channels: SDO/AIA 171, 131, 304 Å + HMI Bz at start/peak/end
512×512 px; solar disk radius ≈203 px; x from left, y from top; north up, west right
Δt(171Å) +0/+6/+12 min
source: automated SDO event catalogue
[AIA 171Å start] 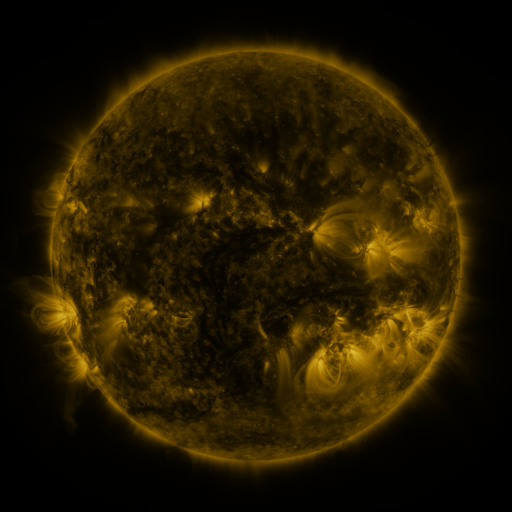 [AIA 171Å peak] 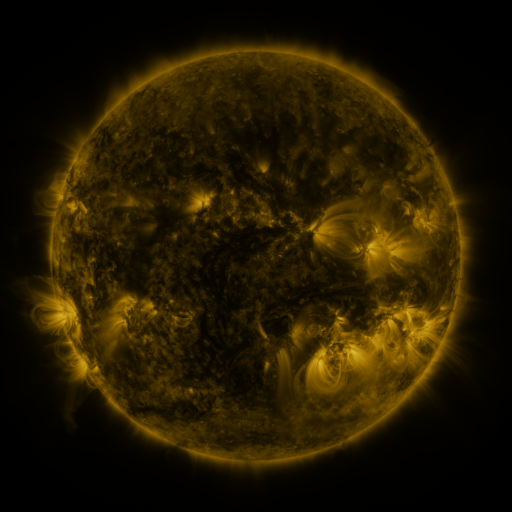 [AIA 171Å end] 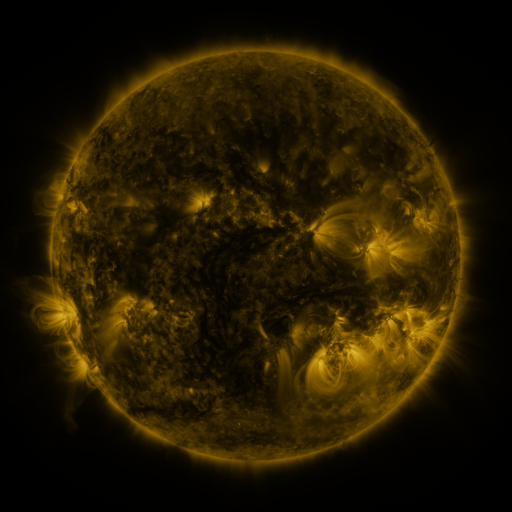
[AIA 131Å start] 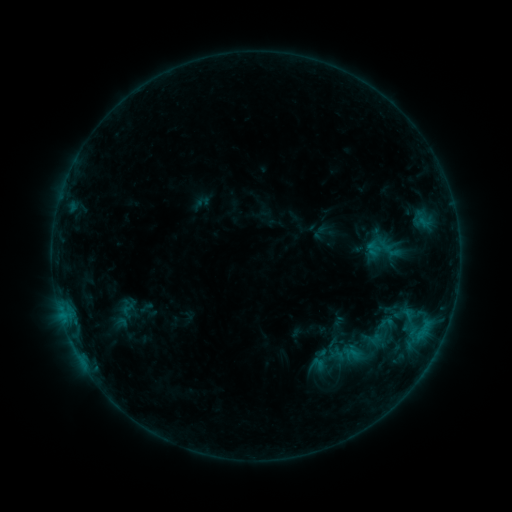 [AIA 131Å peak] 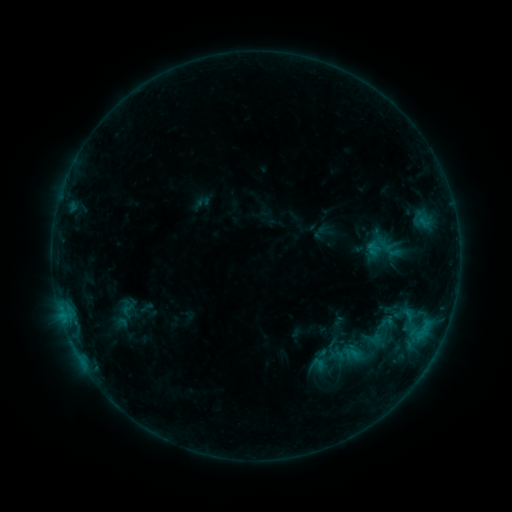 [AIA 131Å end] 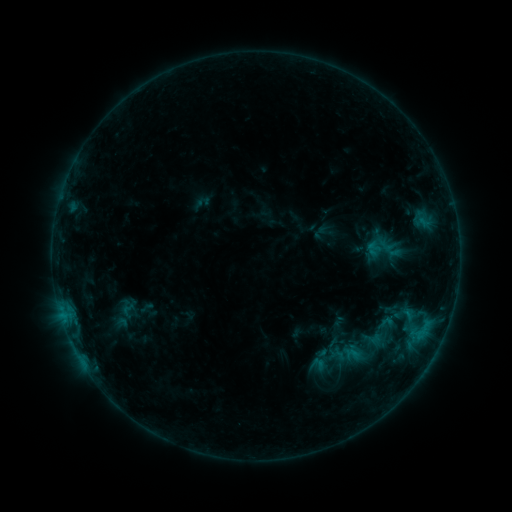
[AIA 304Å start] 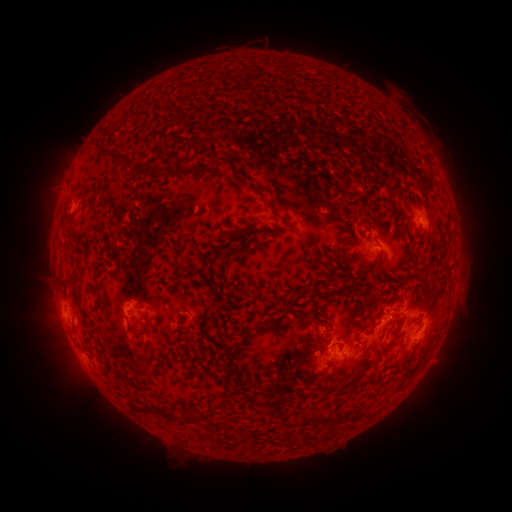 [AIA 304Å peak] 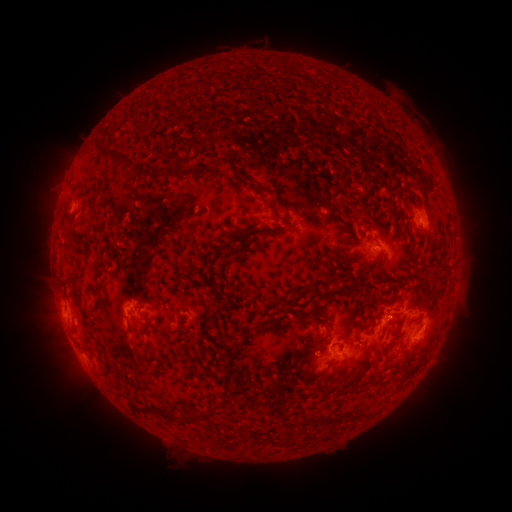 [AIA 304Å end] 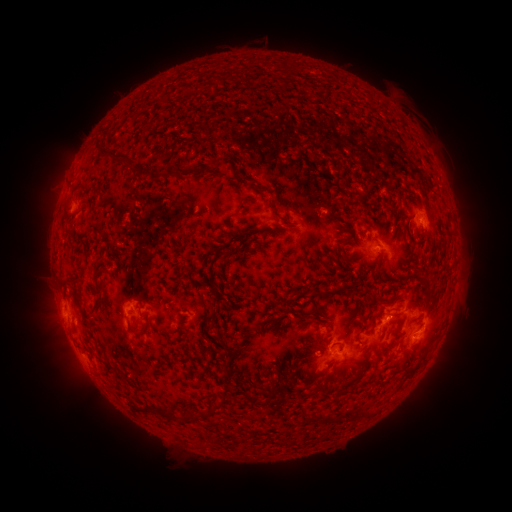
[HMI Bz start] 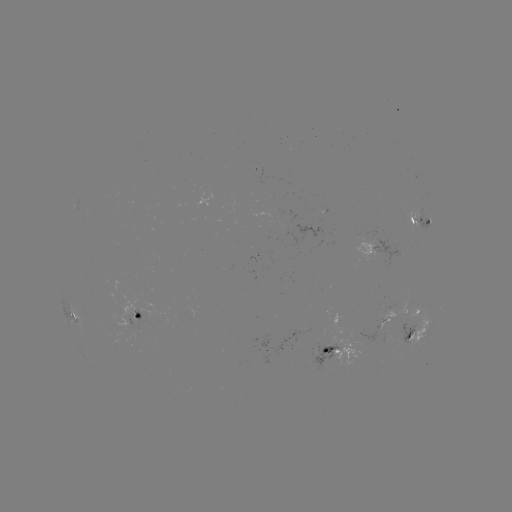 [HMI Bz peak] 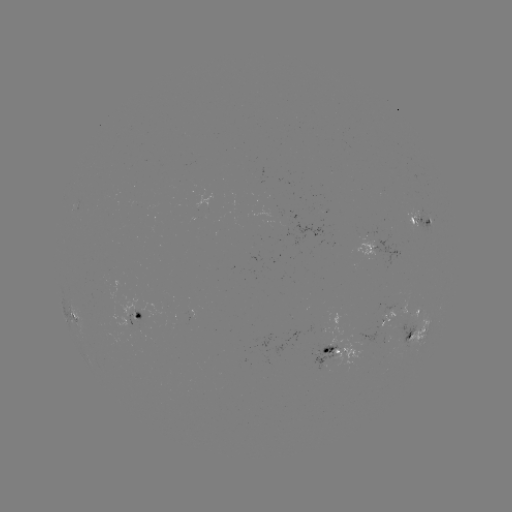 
no flare in any classed list; no EUV-trigger detection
